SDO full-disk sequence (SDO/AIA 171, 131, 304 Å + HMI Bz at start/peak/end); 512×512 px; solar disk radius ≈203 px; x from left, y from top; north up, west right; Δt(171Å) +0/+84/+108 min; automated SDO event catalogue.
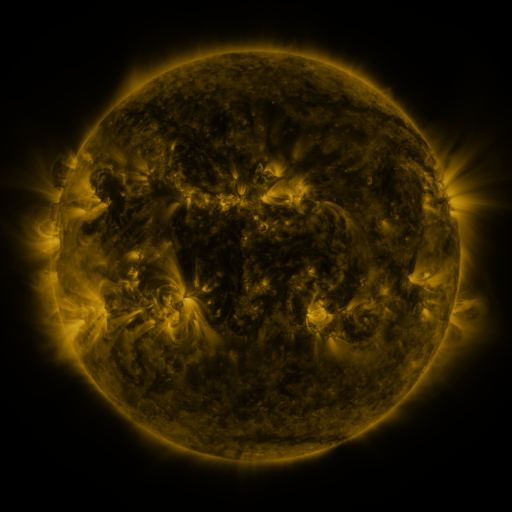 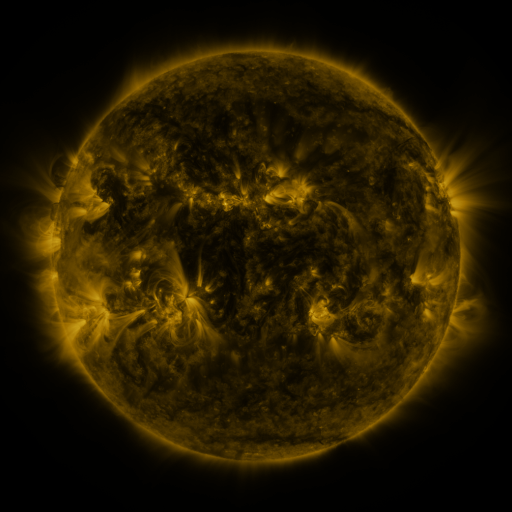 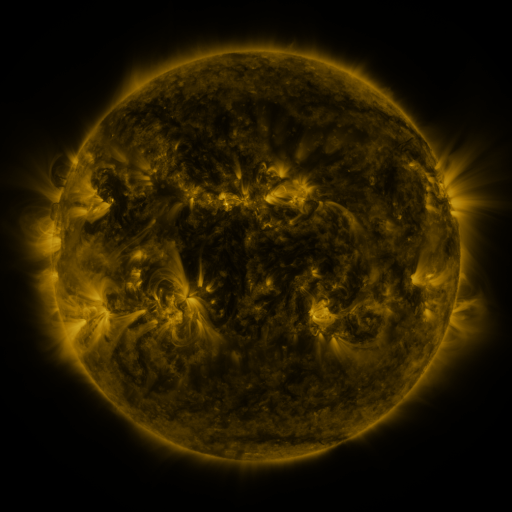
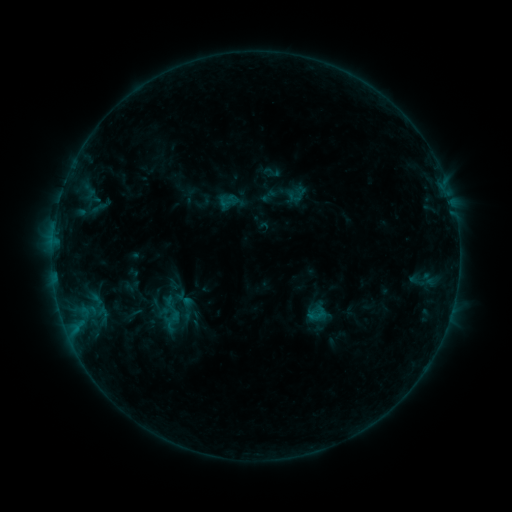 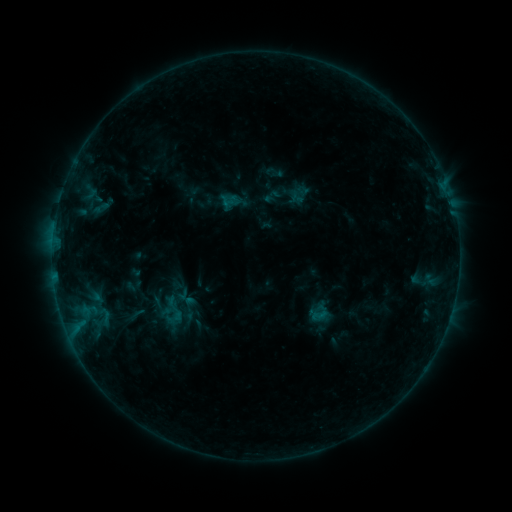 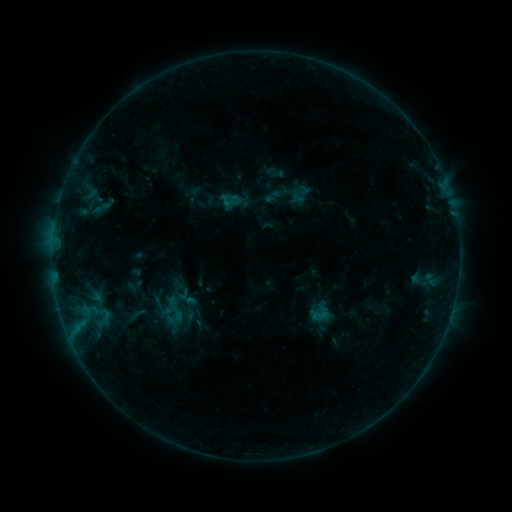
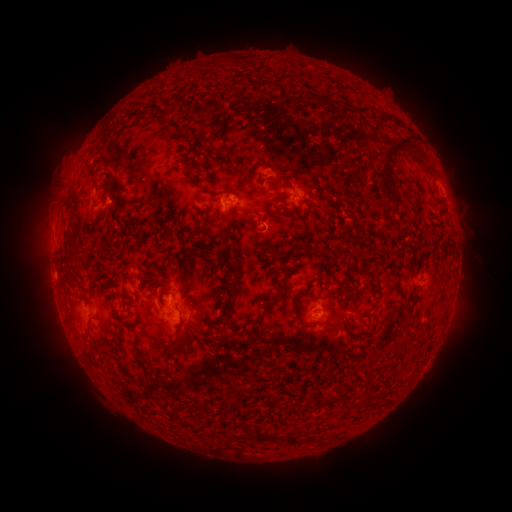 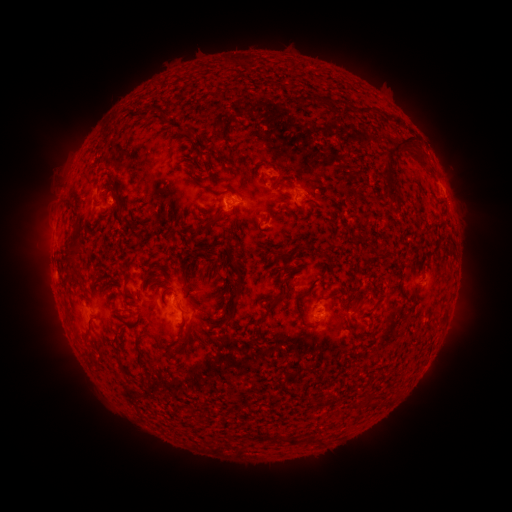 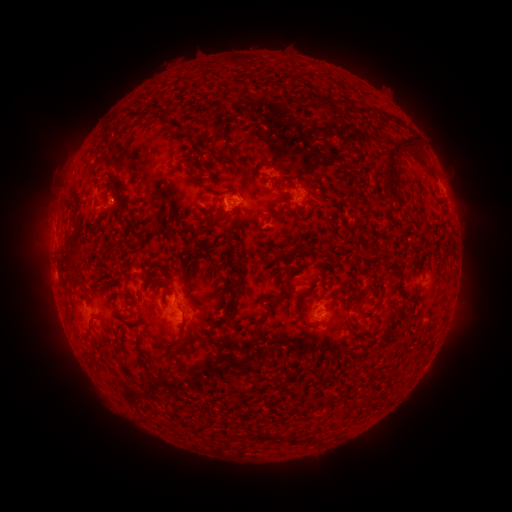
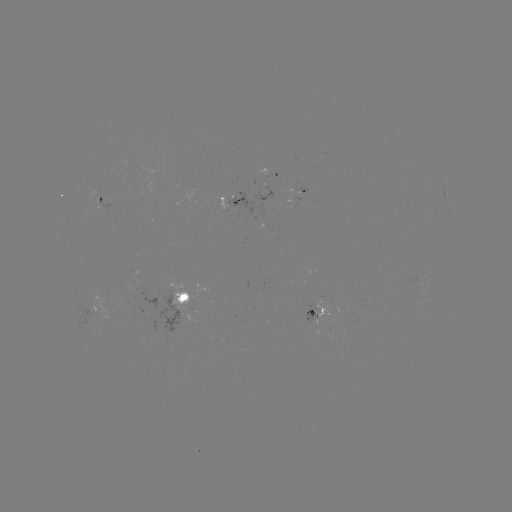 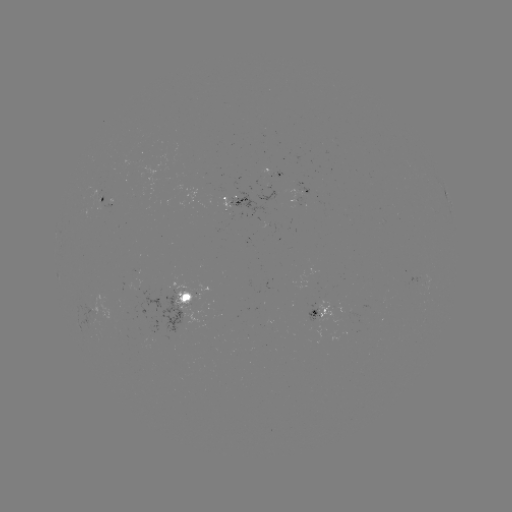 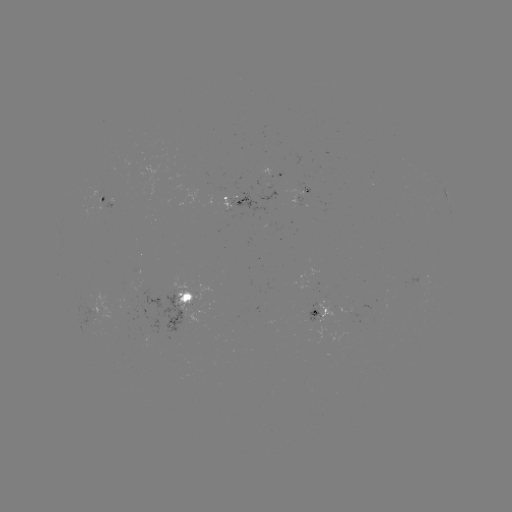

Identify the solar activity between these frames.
emerging-flux region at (268, 173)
